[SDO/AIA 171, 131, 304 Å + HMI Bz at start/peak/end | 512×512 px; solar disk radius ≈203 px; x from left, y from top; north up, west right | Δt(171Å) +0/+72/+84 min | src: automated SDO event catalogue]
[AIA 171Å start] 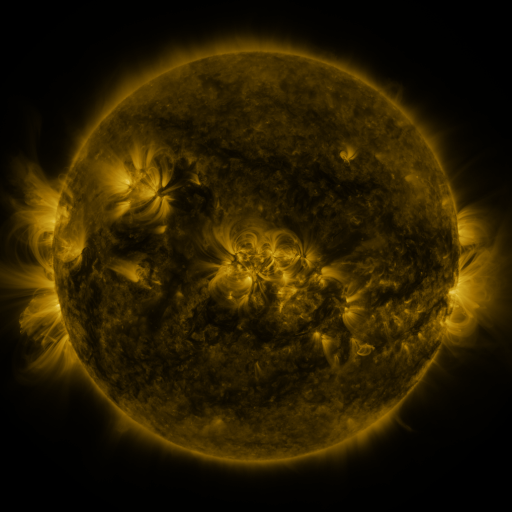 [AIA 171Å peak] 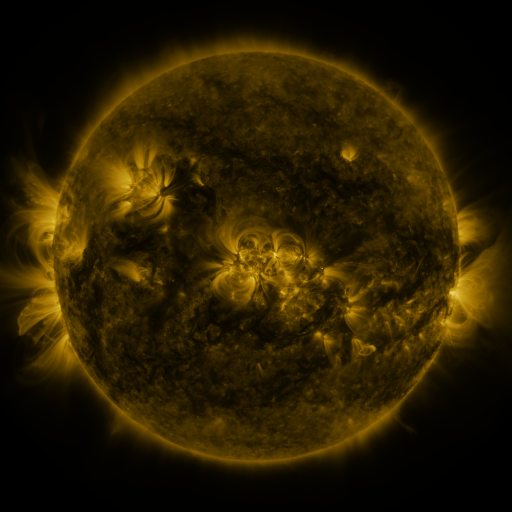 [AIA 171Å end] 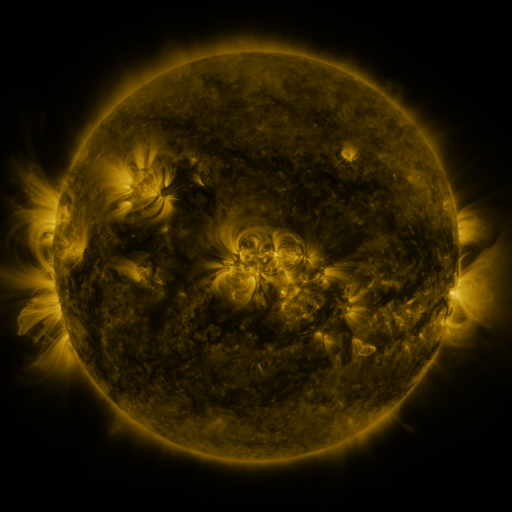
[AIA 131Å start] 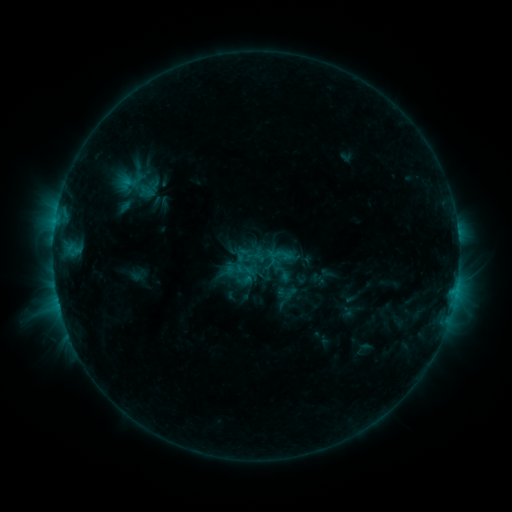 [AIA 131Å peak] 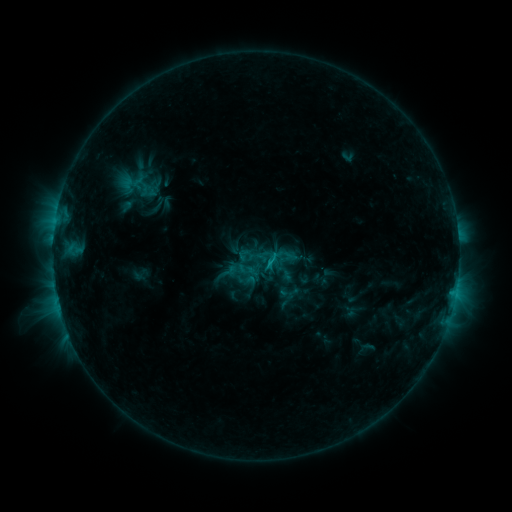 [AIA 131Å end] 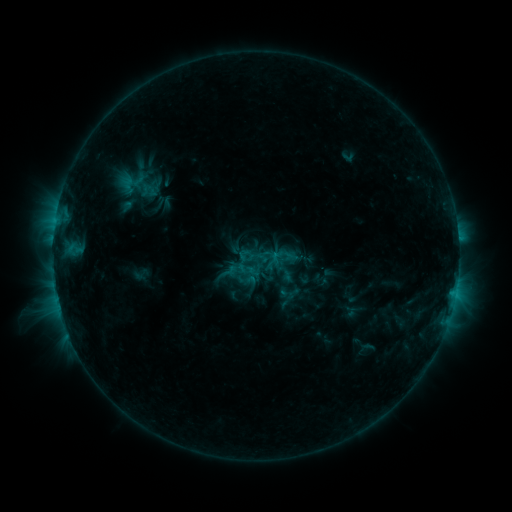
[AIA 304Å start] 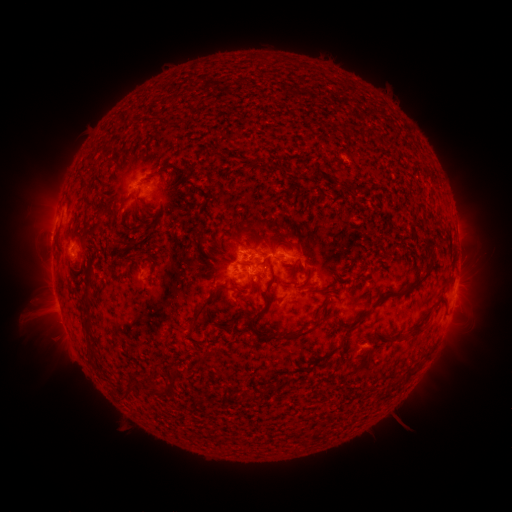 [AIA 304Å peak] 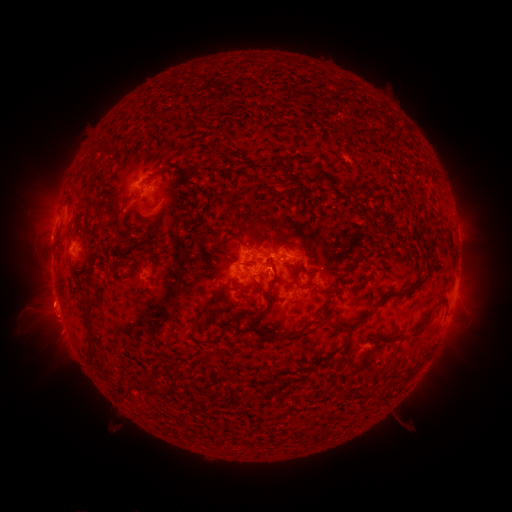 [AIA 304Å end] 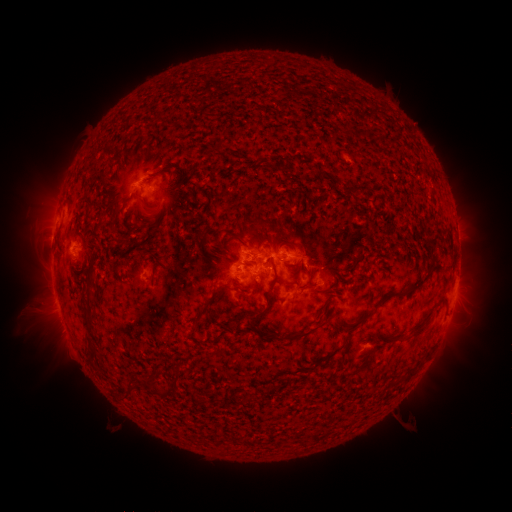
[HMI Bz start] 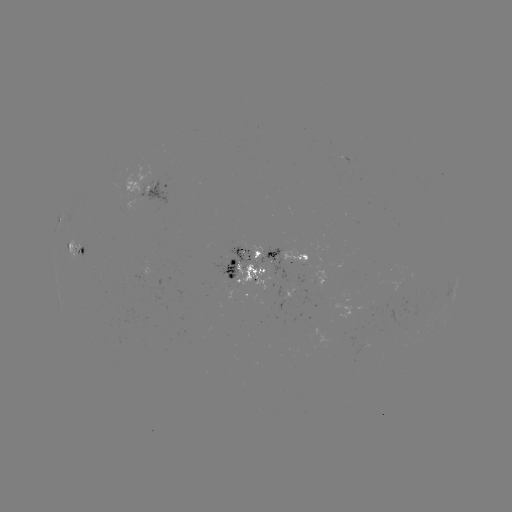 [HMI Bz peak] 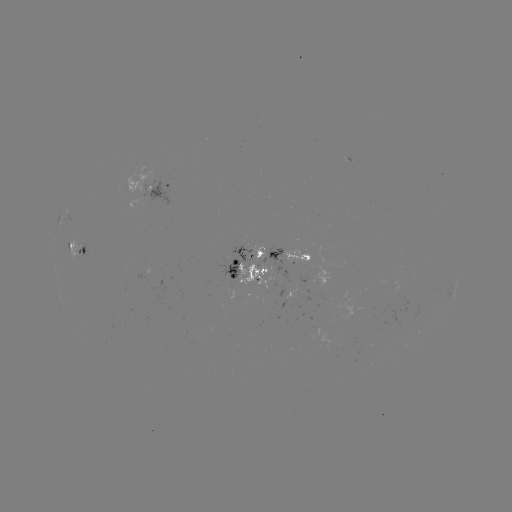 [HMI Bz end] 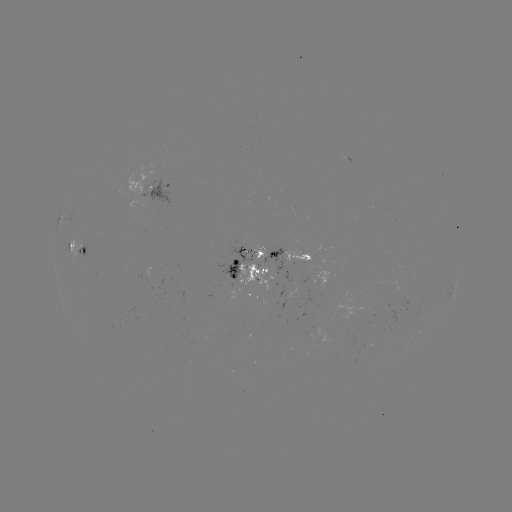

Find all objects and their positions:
emerging-flux region: (239, 253)
